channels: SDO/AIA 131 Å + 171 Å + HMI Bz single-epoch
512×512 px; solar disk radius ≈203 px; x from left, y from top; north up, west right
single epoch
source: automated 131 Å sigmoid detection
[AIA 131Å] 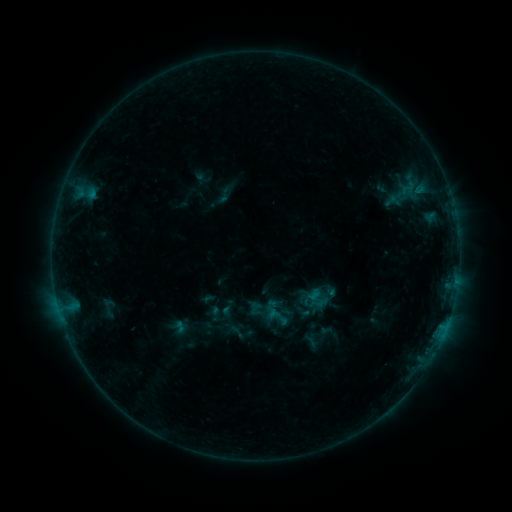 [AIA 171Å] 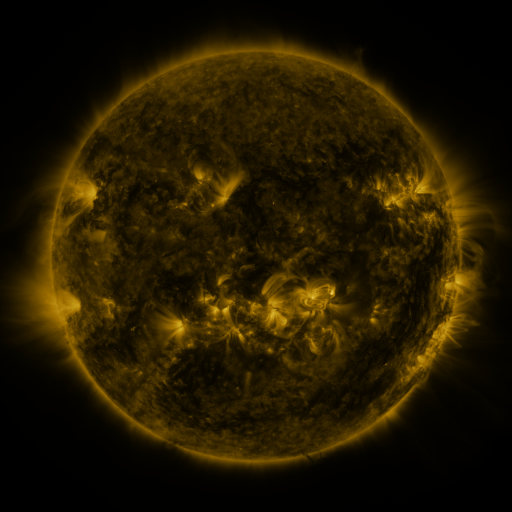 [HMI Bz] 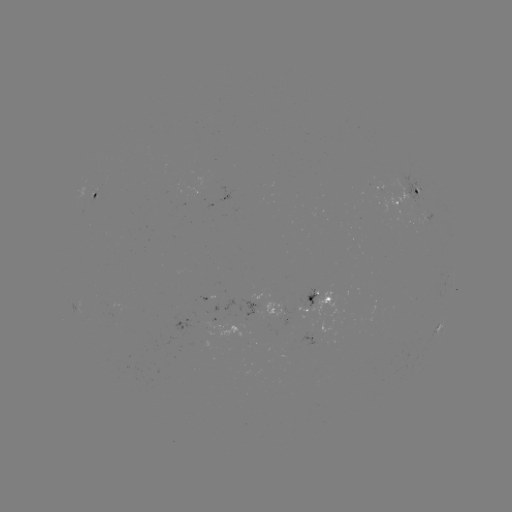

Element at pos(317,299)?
sigmoid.